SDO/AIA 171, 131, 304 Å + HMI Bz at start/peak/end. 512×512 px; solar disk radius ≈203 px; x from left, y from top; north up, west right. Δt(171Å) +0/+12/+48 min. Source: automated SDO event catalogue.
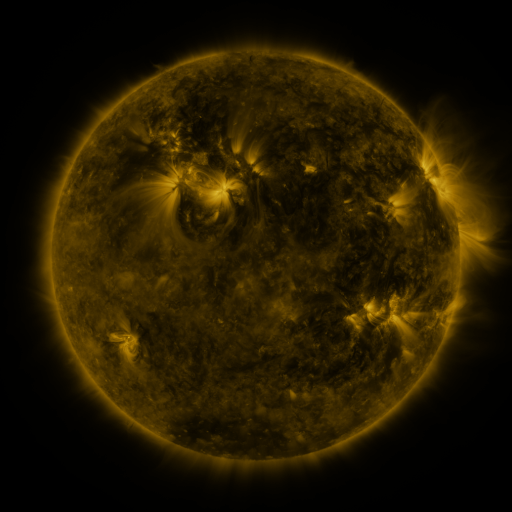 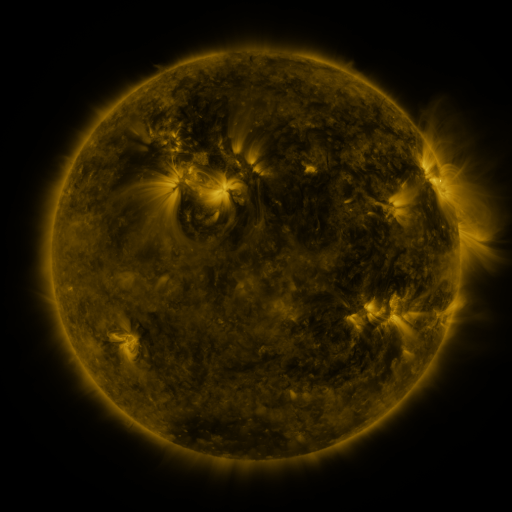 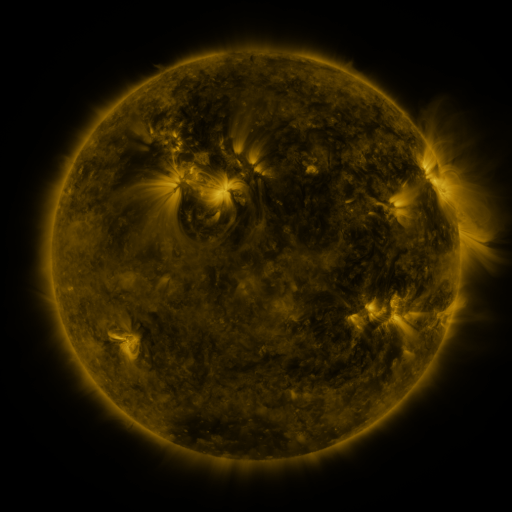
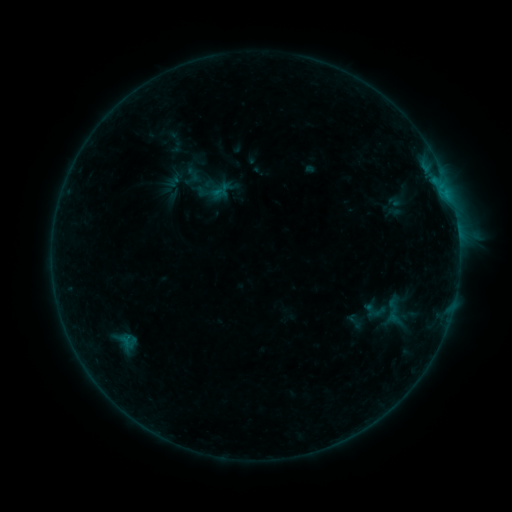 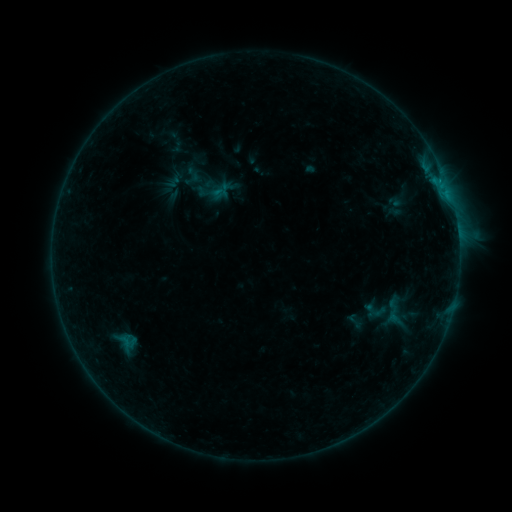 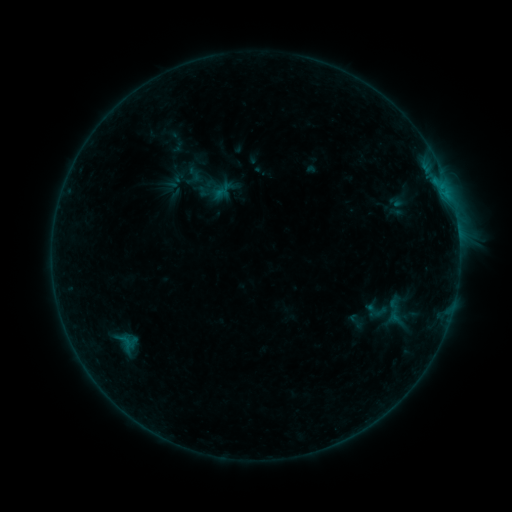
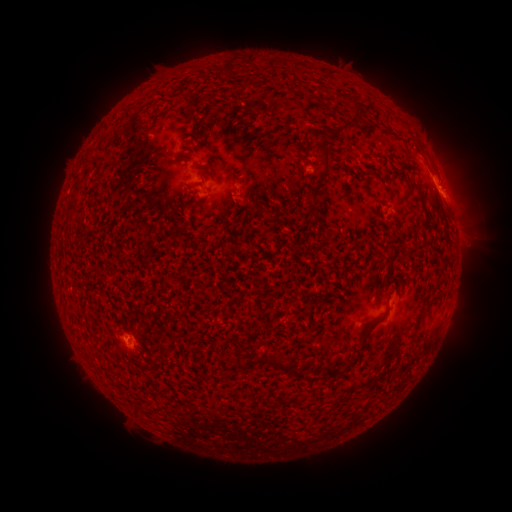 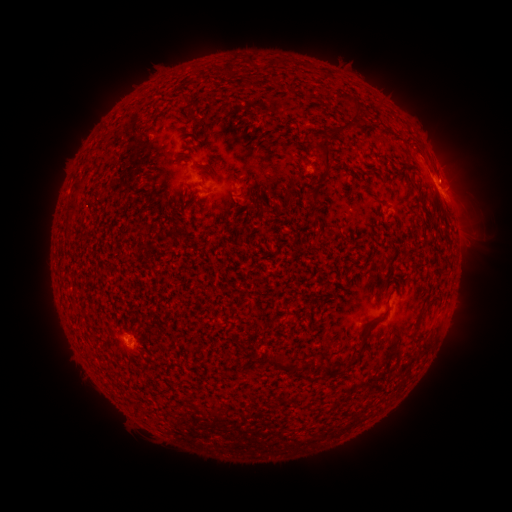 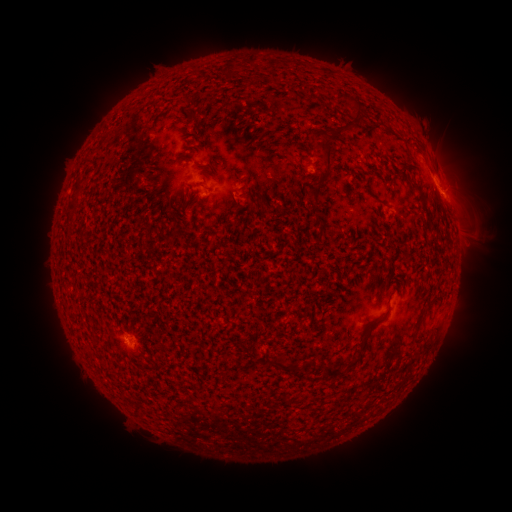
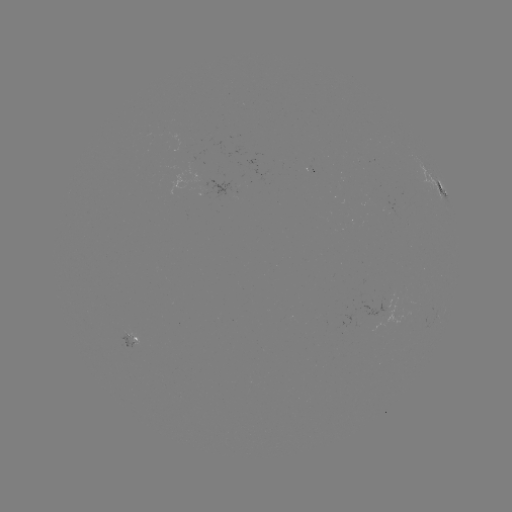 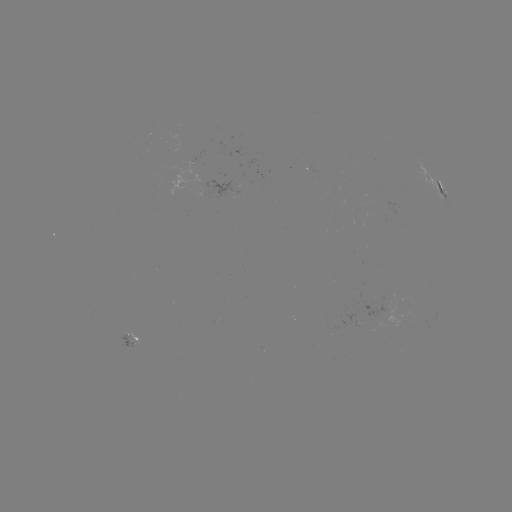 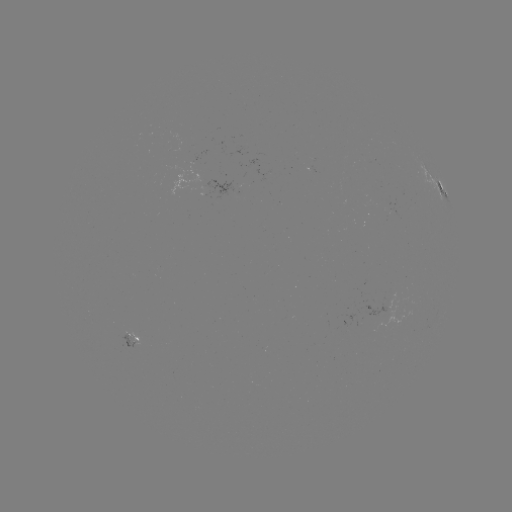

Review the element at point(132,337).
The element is emerging-flux region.